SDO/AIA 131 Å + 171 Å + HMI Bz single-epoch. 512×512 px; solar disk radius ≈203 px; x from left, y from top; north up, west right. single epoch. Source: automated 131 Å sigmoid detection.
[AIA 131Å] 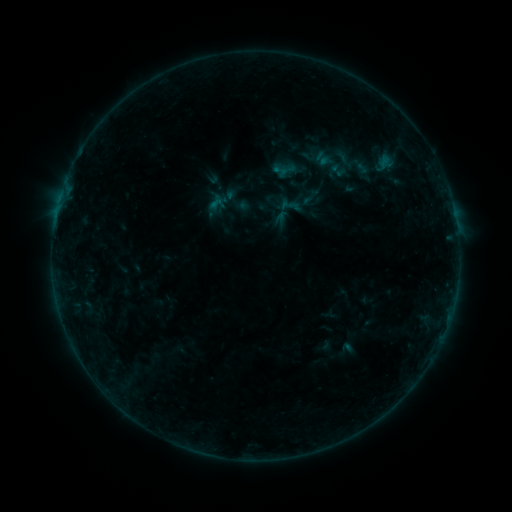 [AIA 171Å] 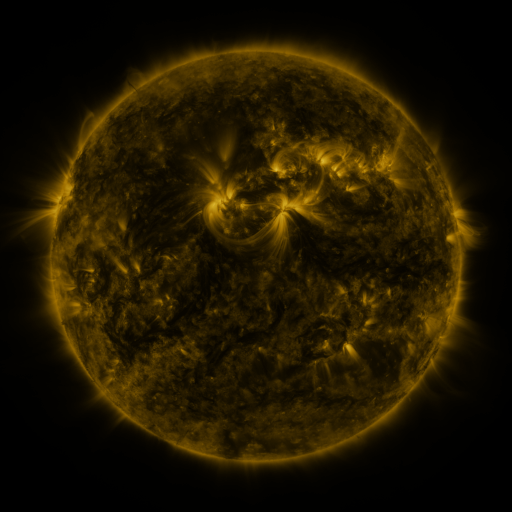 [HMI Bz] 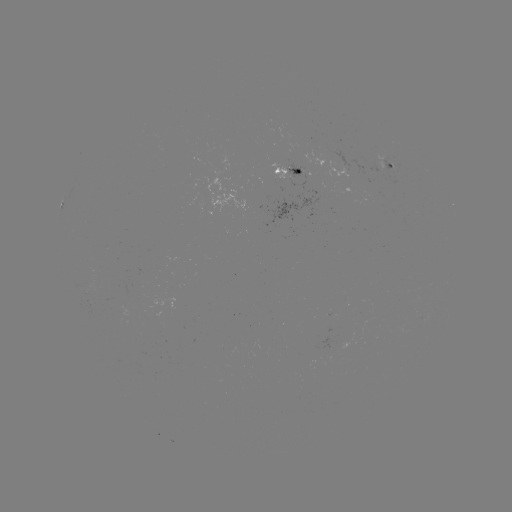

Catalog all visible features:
sigmoid: [328, 146, 355, 167]
sigmoid: [271, 162, 290, 180]
